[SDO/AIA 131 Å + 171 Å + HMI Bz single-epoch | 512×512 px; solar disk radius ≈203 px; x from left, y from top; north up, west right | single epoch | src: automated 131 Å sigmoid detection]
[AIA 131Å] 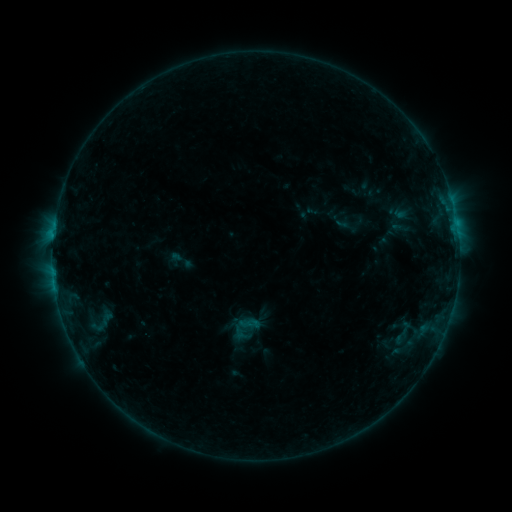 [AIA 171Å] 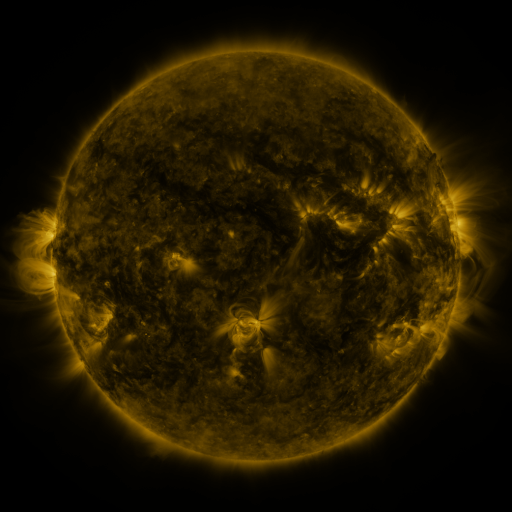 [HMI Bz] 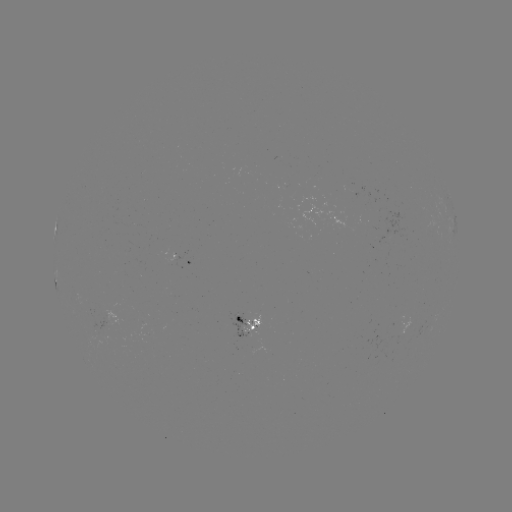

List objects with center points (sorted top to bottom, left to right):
sigmoid: <bbox>228, 311, 262, 344</bbox>
